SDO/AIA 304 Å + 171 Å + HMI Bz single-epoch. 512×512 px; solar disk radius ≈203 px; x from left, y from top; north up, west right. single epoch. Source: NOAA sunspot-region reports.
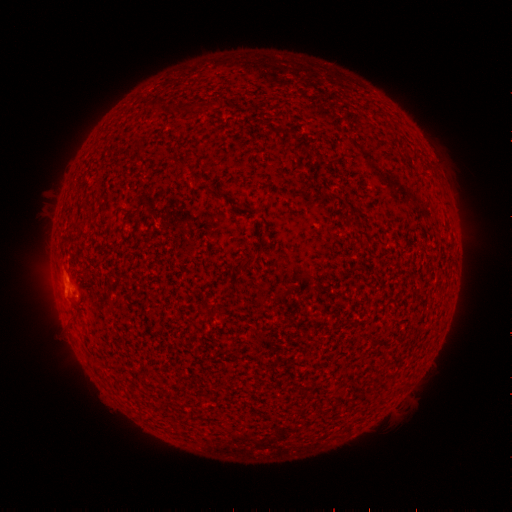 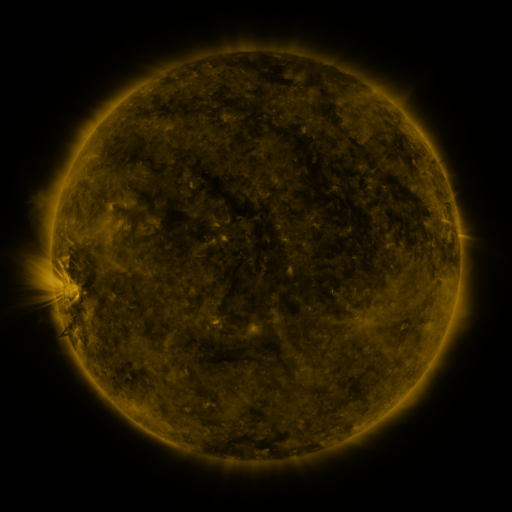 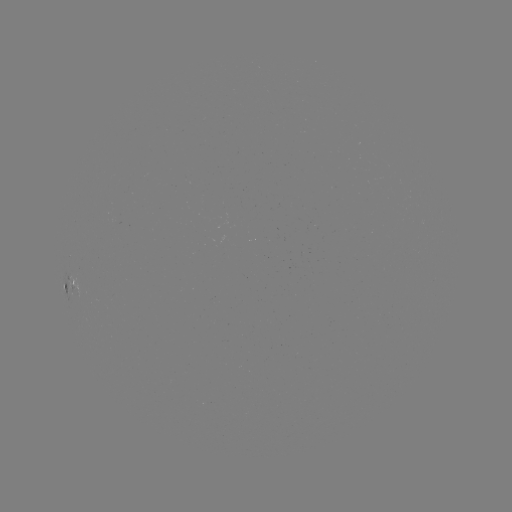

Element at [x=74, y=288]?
spotted active region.